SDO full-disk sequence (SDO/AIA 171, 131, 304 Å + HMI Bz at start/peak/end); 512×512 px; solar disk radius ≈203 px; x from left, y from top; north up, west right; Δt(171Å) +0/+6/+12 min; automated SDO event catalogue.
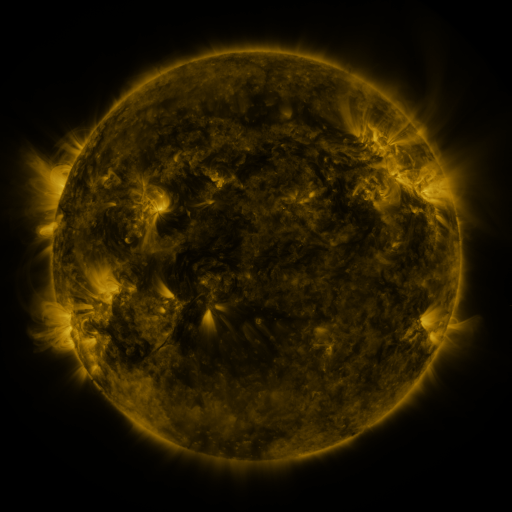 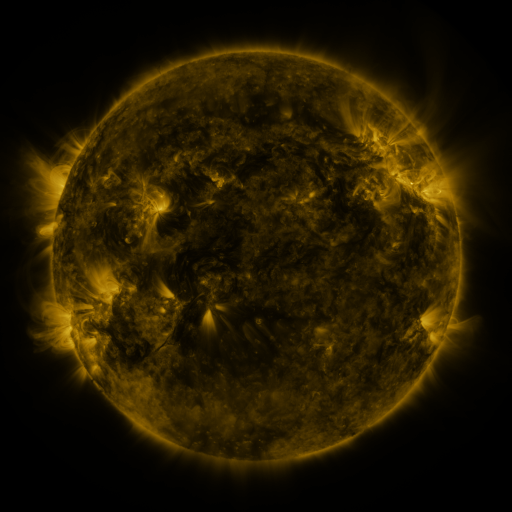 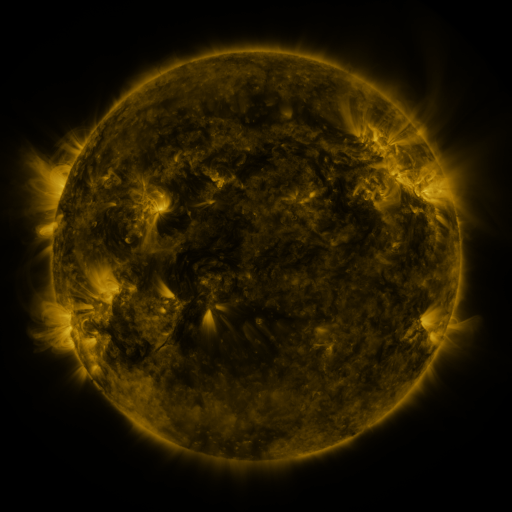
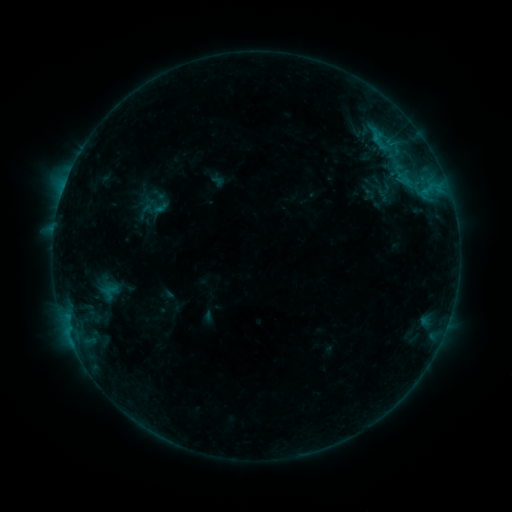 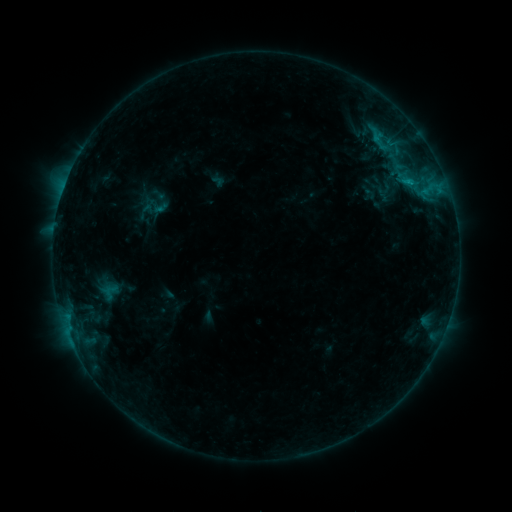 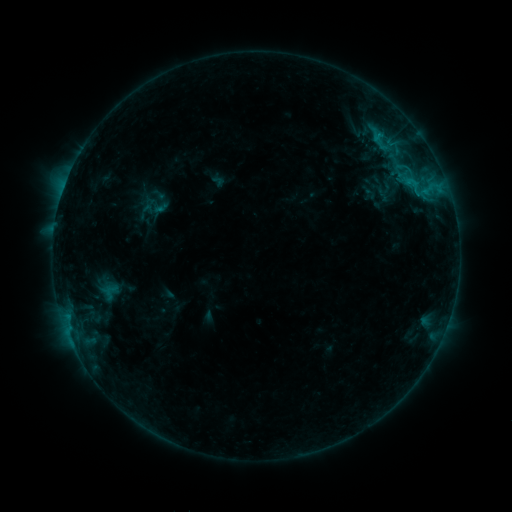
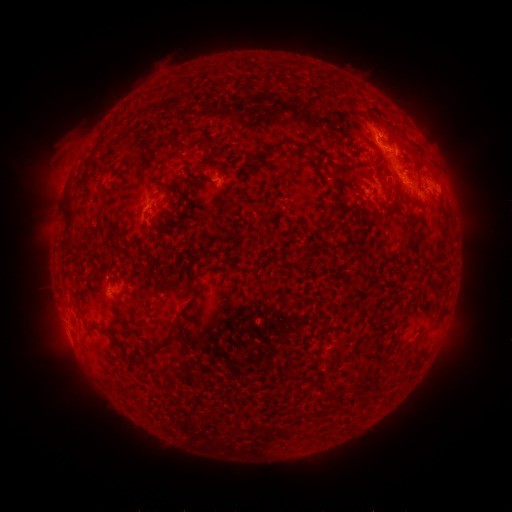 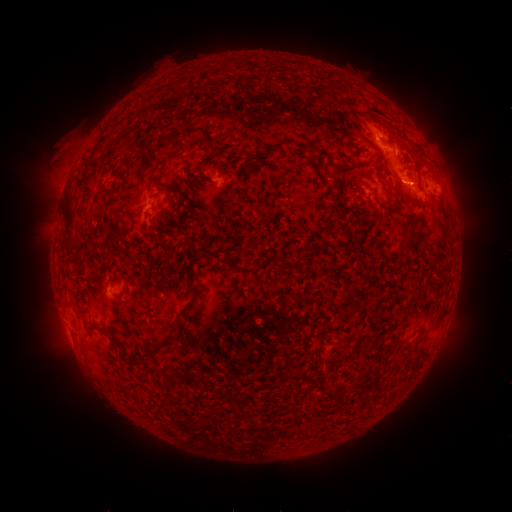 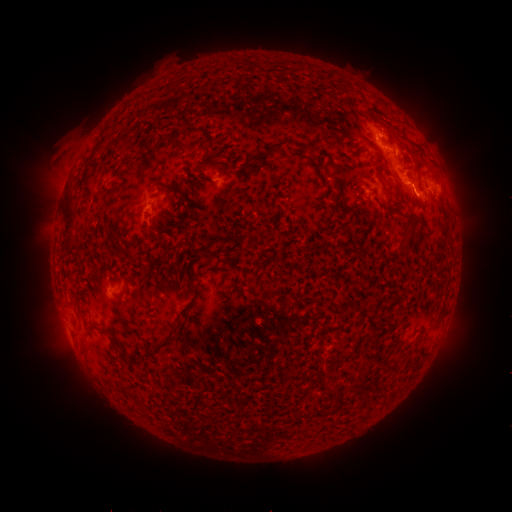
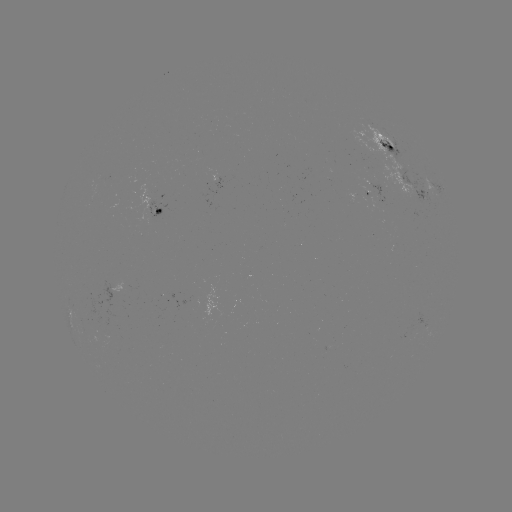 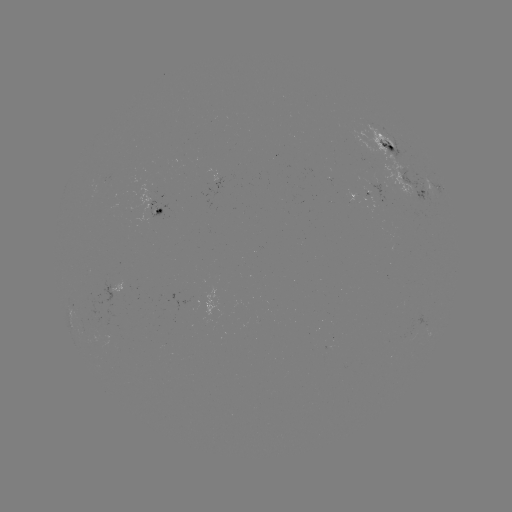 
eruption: (377, 164, 439, 223)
